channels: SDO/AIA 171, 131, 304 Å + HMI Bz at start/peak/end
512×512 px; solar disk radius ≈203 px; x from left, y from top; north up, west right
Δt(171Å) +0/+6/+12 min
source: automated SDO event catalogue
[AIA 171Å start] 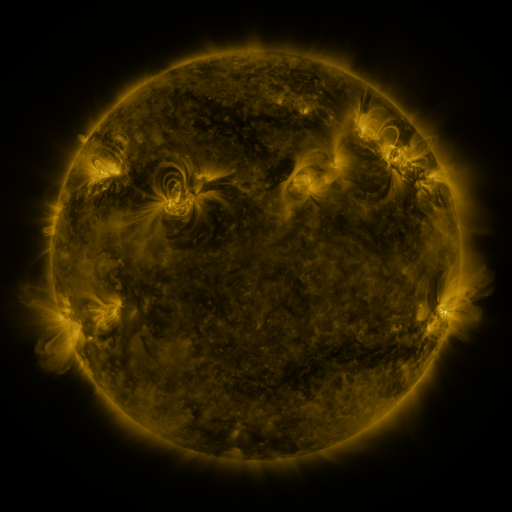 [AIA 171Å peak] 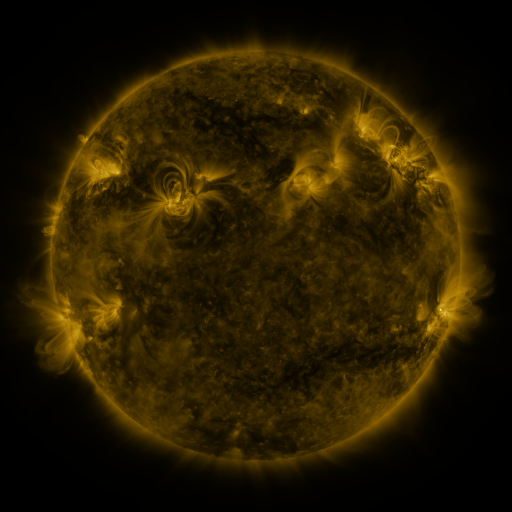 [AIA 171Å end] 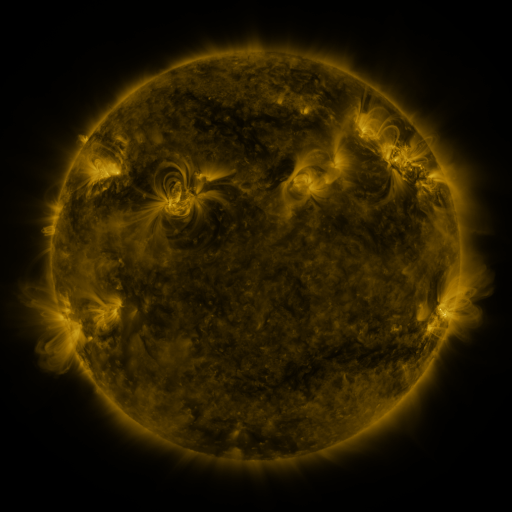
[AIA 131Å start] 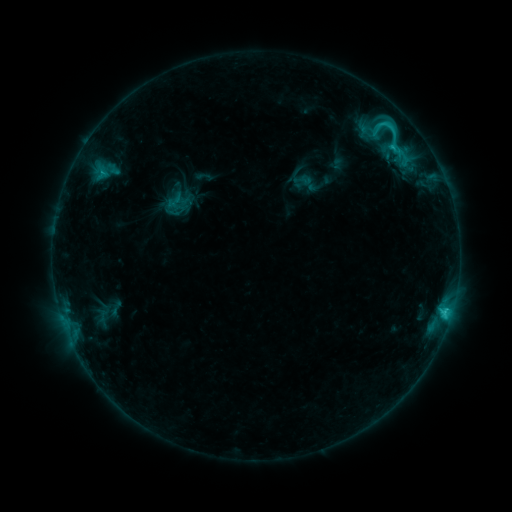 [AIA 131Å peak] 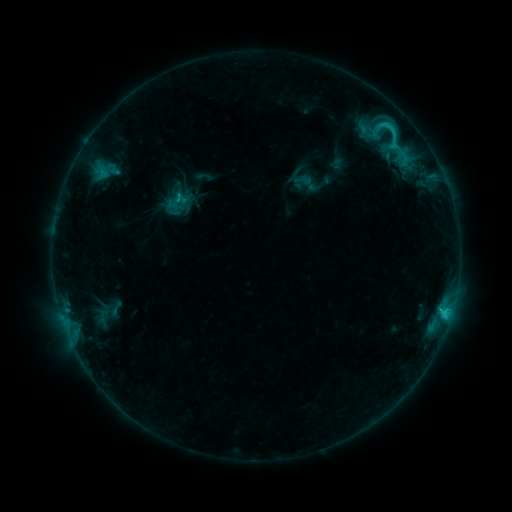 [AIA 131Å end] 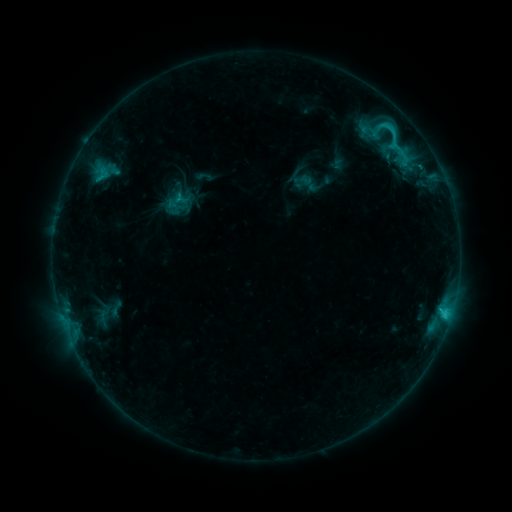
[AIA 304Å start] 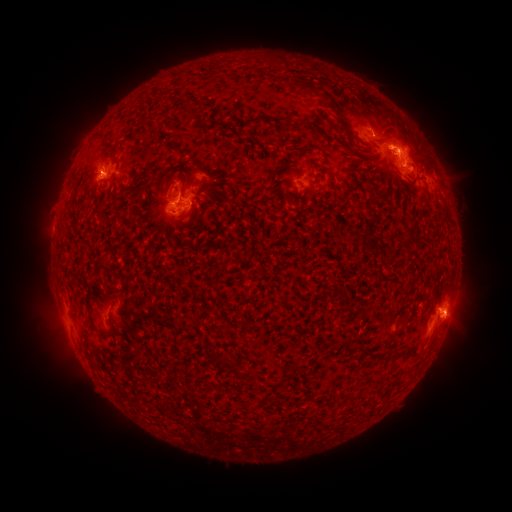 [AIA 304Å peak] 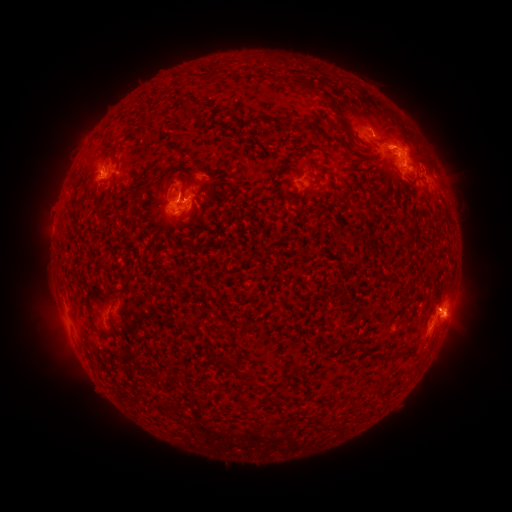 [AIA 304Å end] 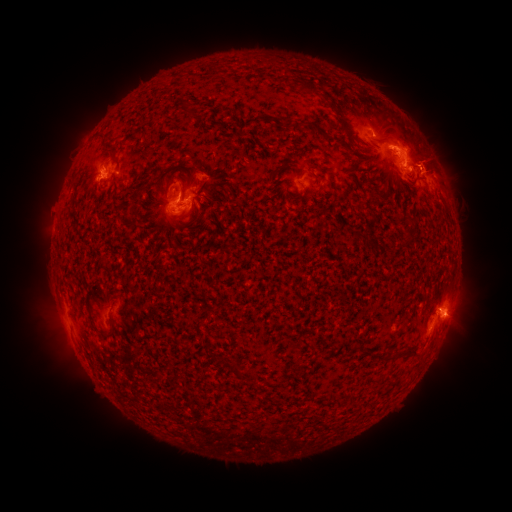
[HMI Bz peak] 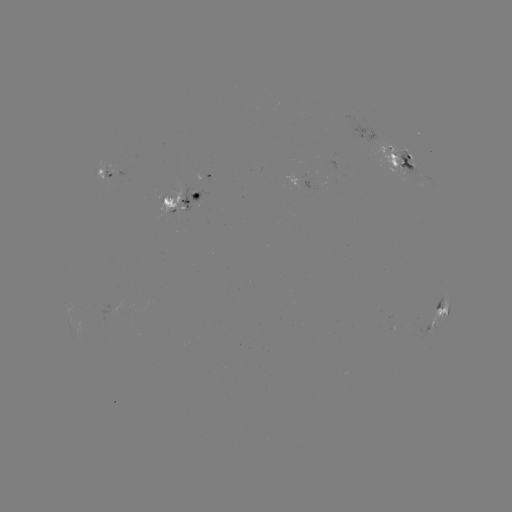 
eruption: <bbox>406, 130, 463, 186</bbox>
